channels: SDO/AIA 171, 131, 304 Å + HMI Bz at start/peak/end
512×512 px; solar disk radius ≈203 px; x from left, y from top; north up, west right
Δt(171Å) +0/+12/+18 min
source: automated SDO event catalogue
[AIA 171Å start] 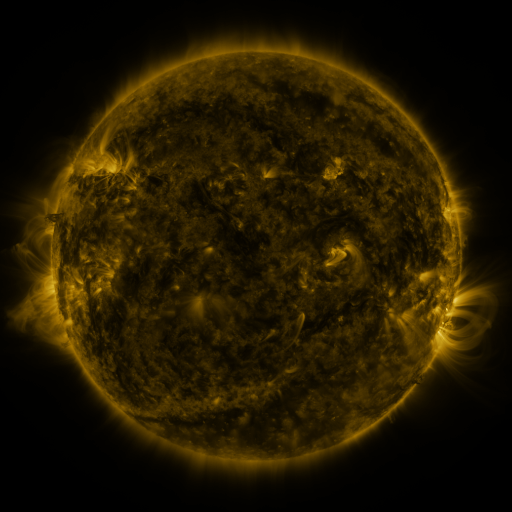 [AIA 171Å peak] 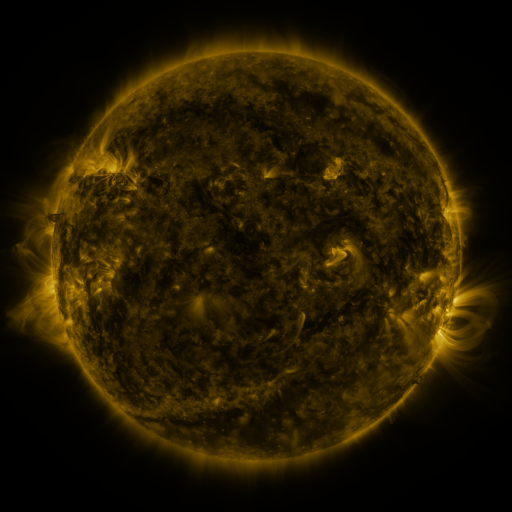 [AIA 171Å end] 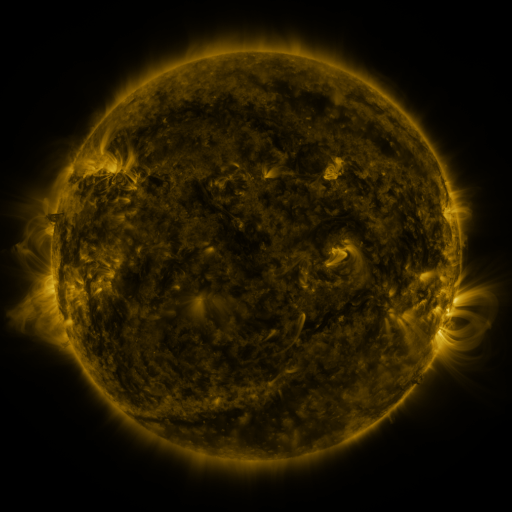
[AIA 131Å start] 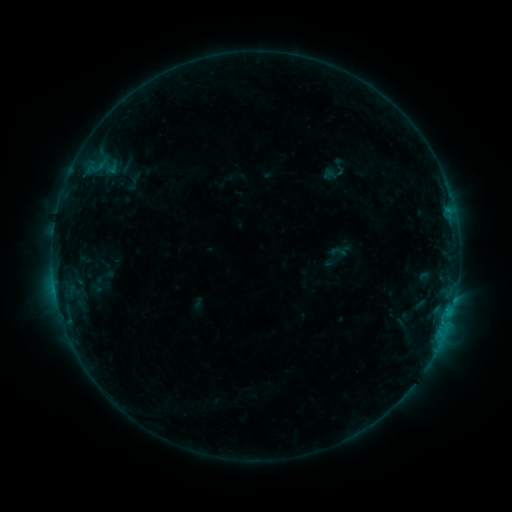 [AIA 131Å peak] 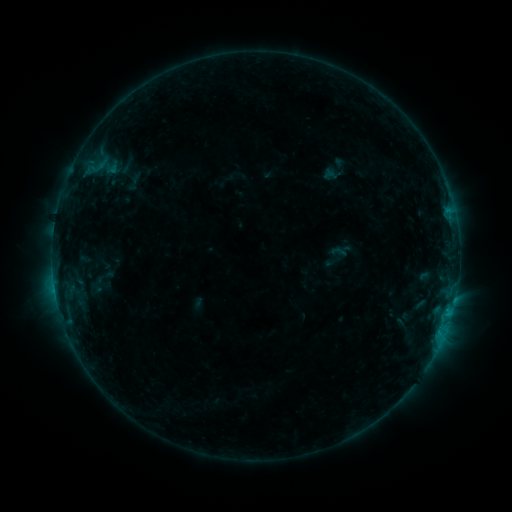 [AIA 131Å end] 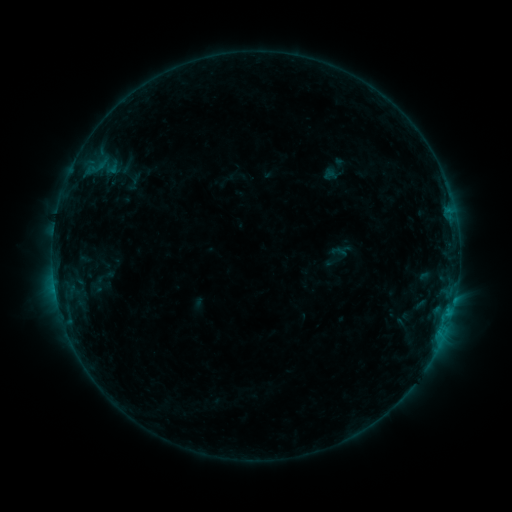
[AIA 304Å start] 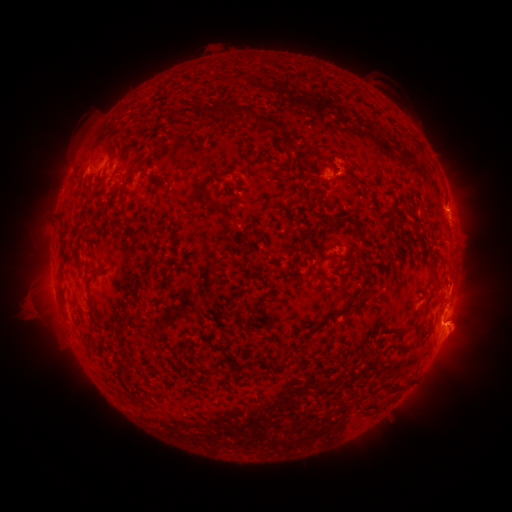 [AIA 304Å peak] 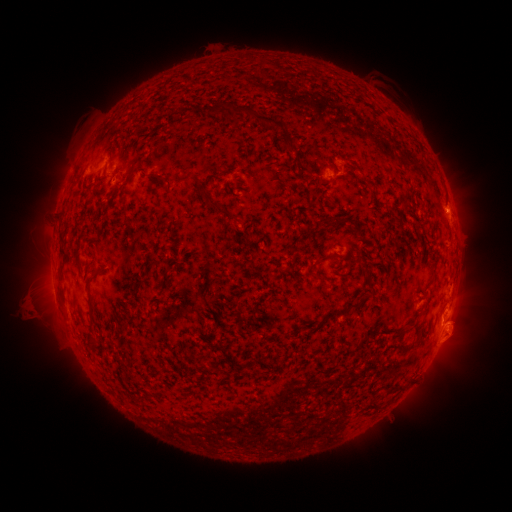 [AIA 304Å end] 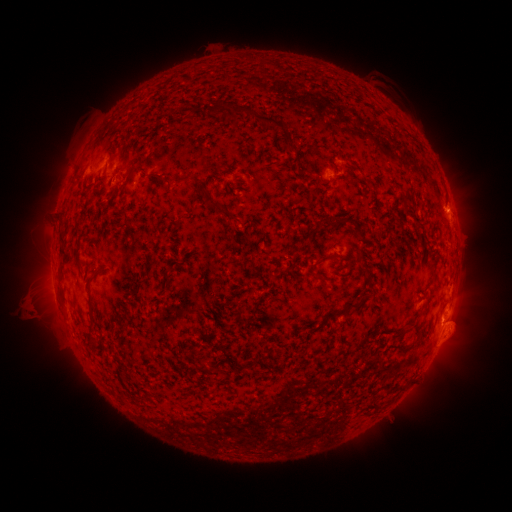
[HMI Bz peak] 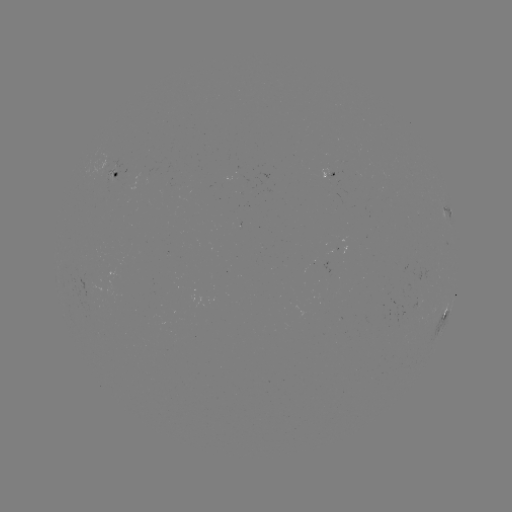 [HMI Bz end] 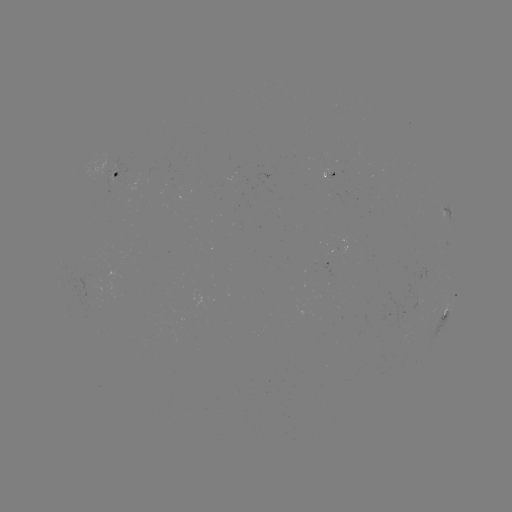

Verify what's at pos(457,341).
eruption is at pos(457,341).